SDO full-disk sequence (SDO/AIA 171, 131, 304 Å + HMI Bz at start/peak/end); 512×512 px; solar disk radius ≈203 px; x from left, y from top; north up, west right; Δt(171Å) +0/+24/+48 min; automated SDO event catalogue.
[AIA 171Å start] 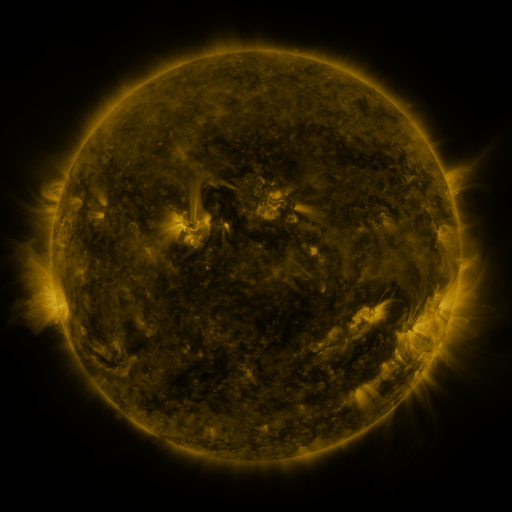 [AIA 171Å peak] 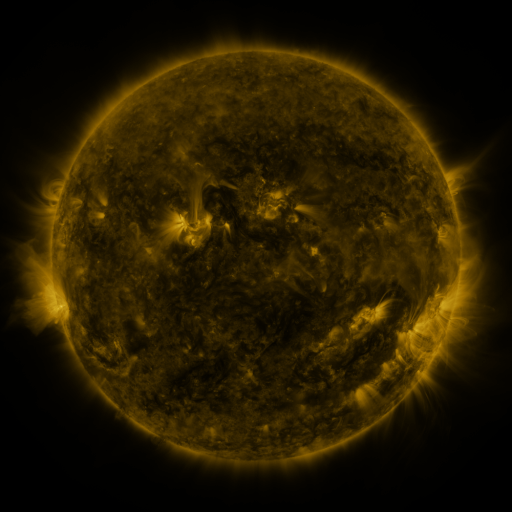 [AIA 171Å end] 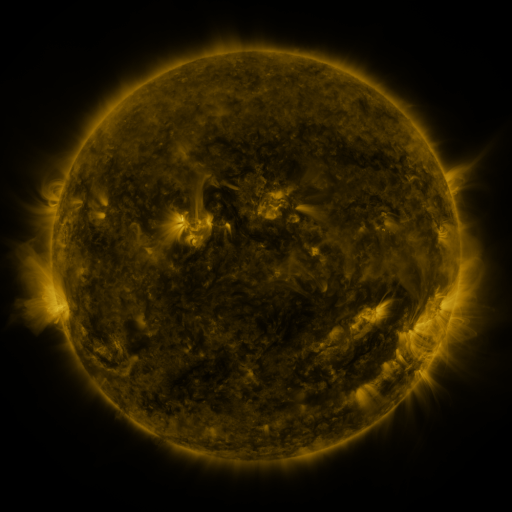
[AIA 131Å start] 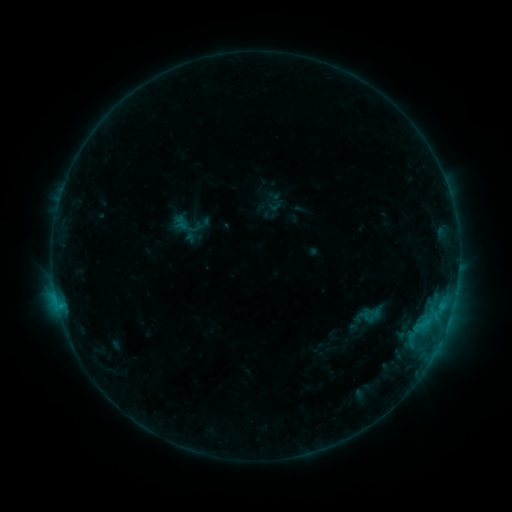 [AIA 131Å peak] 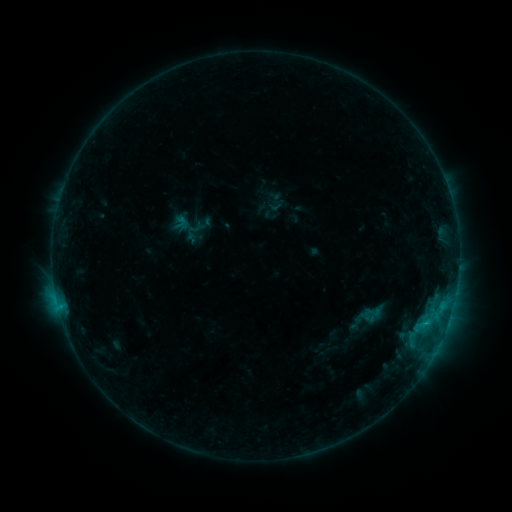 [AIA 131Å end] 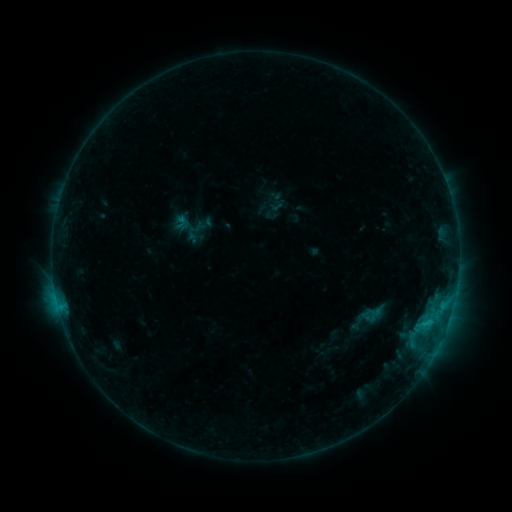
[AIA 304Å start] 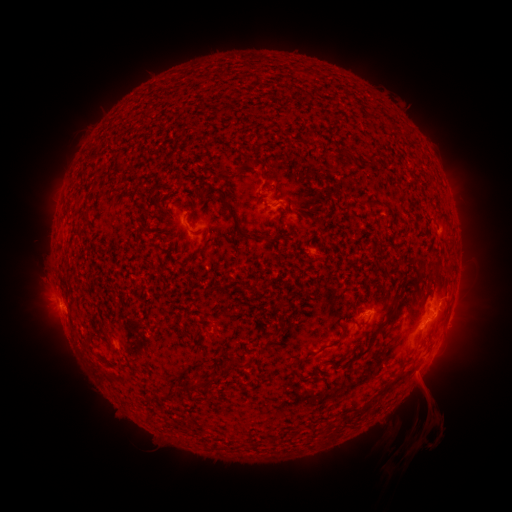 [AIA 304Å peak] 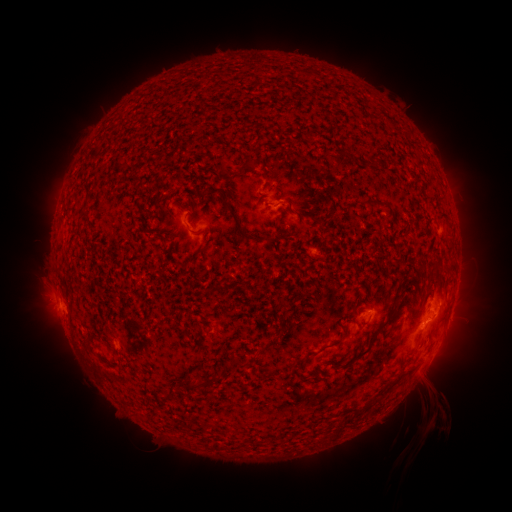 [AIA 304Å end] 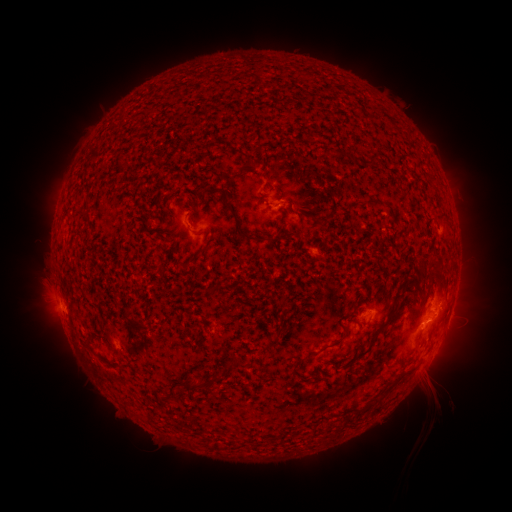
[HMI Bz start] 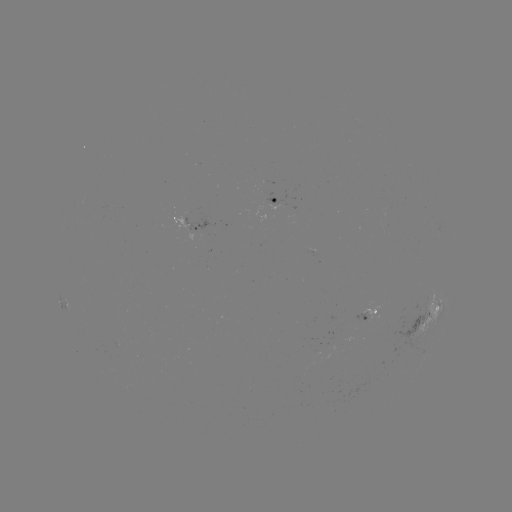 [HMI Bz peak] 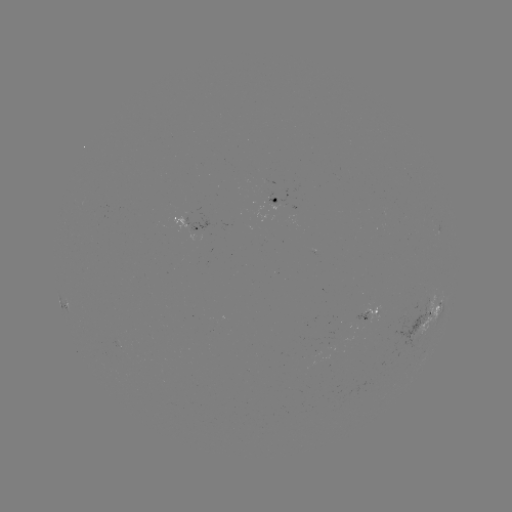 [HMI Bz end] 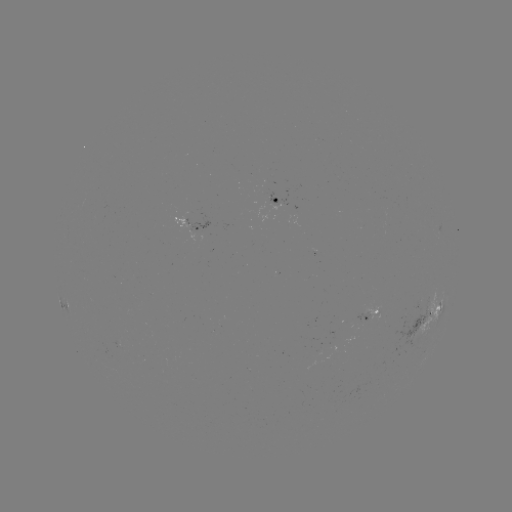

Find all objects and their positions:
eruption: (434, 407)
